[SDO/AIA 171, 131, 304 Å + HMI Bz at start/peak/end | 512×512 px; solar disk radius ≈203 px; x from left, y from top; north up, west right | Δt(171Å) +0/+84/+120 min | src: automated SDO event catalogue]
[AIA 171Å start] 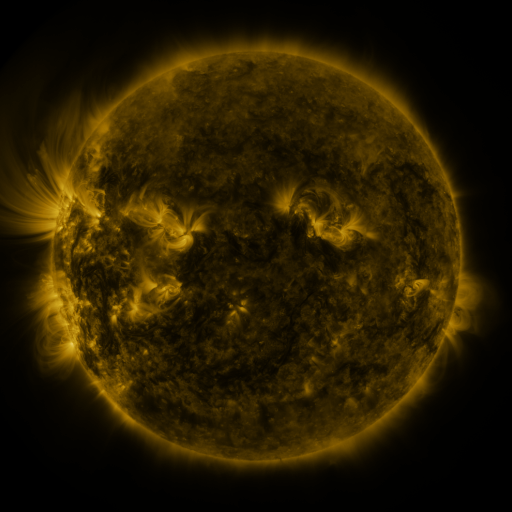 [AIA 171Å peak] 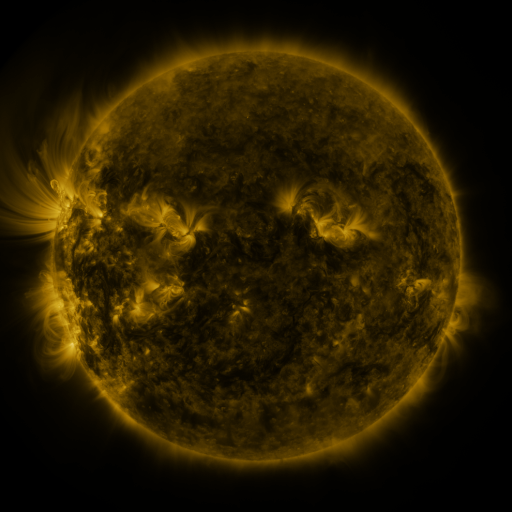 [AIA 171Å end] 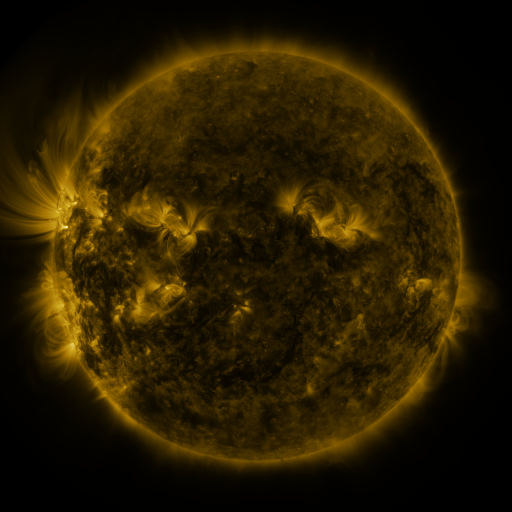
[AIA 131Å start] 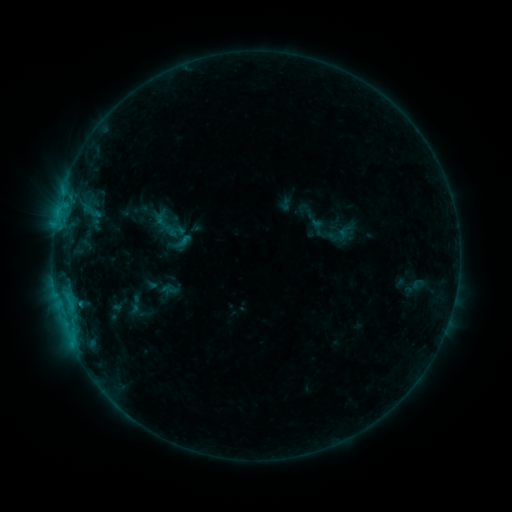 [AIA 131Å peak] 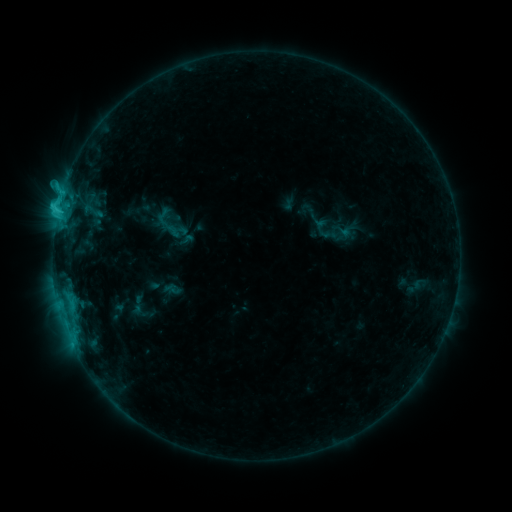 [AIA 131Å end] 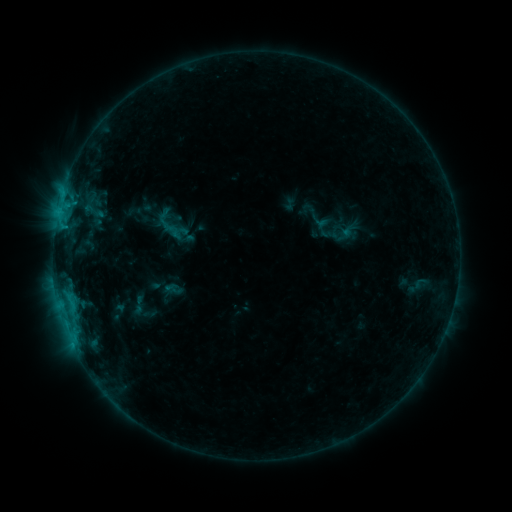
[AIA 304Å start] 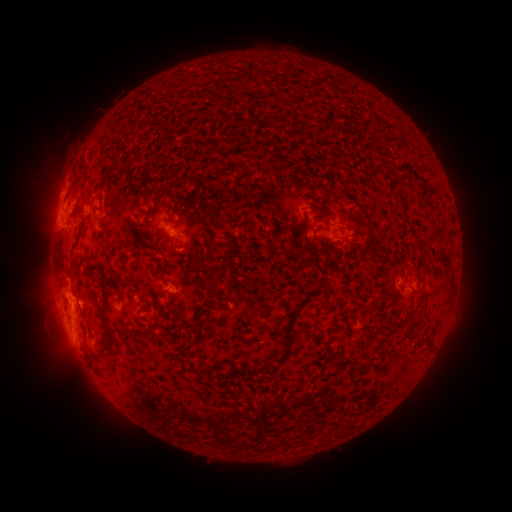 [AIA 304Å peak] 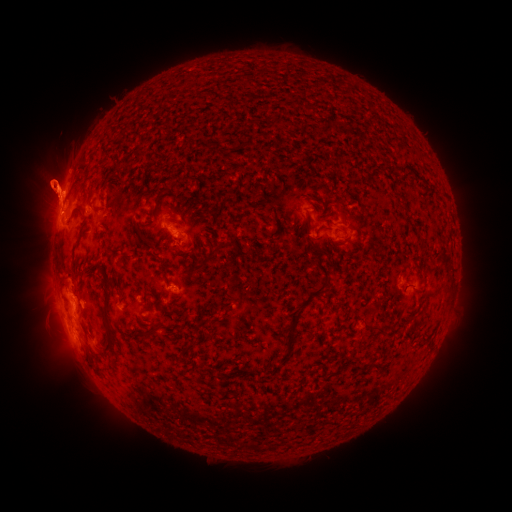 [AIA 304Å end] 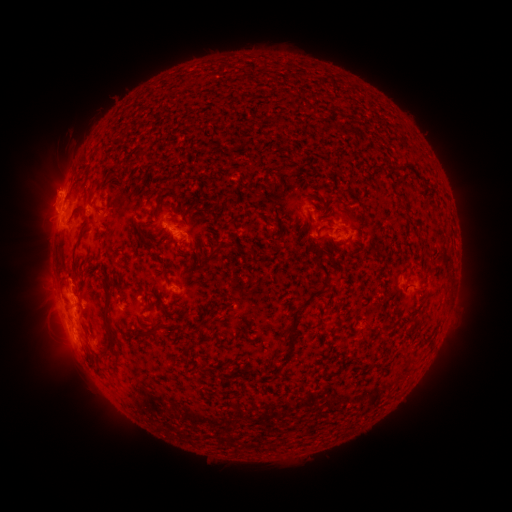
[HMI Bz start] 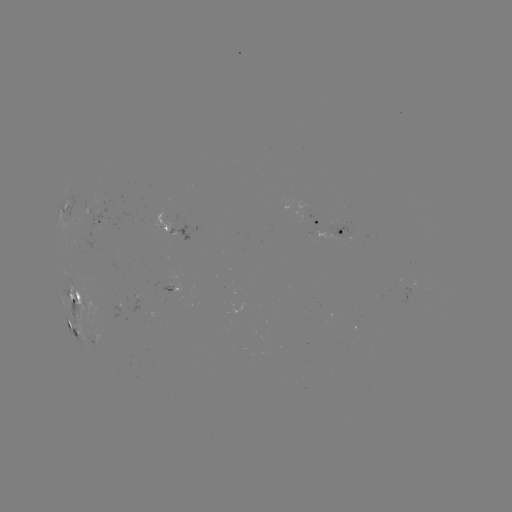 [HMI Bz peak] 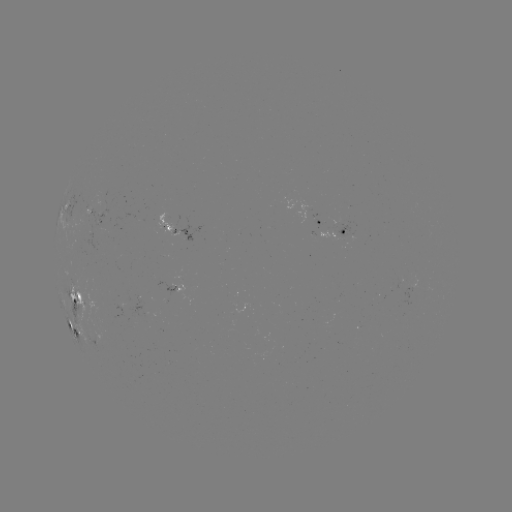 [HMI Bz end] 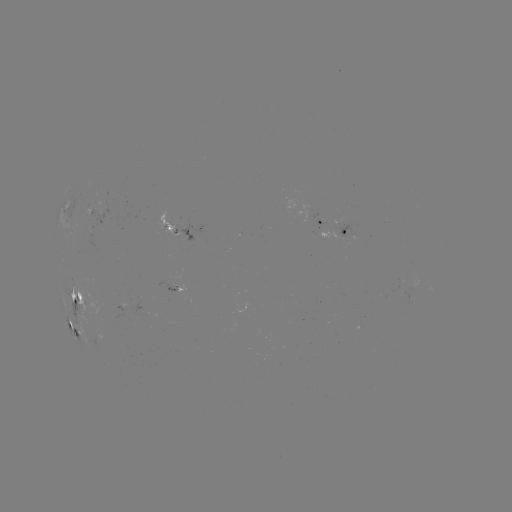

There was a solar emerging-flux region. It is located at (88, 215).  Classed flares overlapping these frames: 1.